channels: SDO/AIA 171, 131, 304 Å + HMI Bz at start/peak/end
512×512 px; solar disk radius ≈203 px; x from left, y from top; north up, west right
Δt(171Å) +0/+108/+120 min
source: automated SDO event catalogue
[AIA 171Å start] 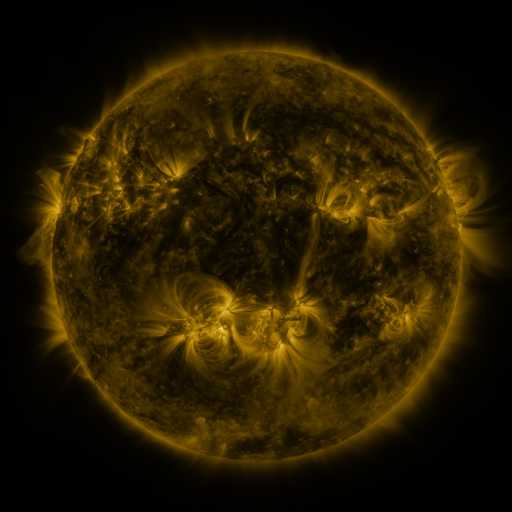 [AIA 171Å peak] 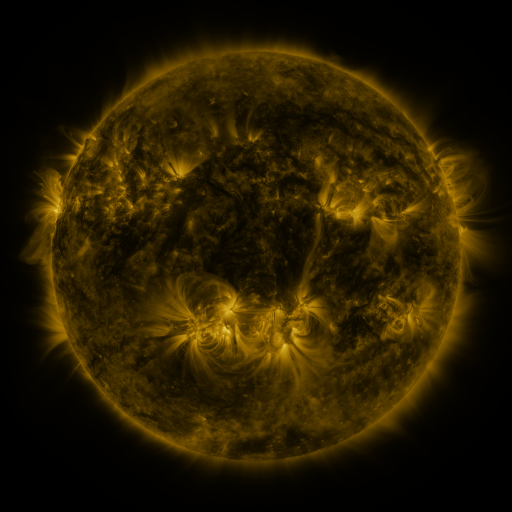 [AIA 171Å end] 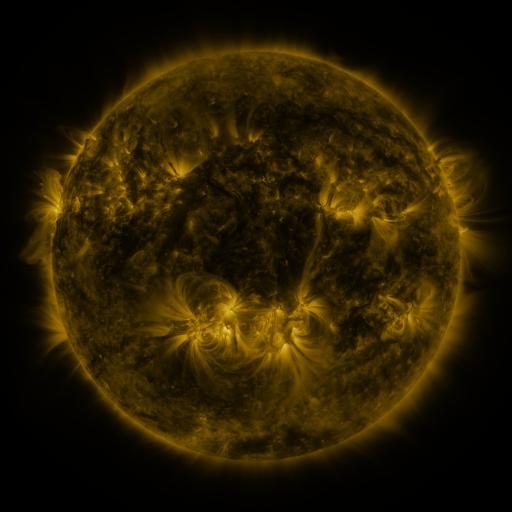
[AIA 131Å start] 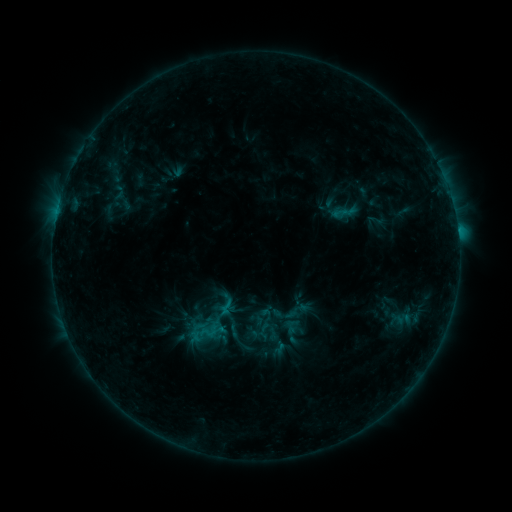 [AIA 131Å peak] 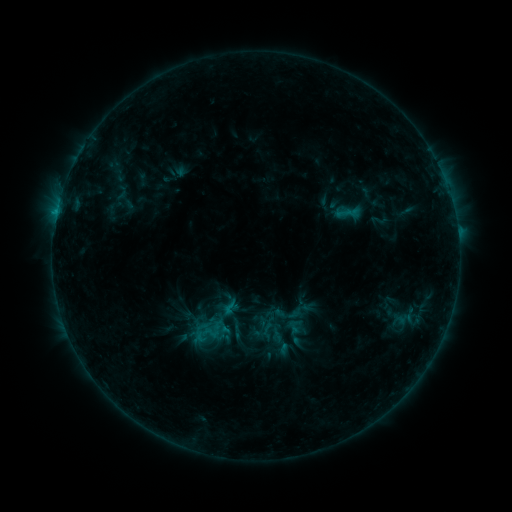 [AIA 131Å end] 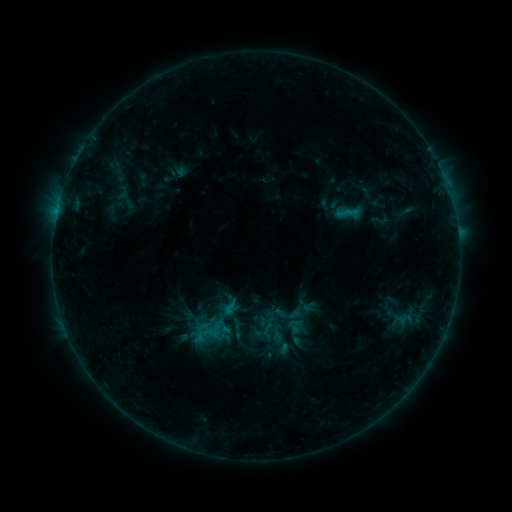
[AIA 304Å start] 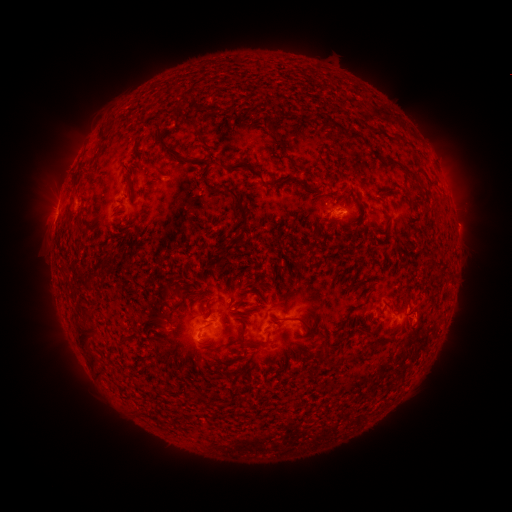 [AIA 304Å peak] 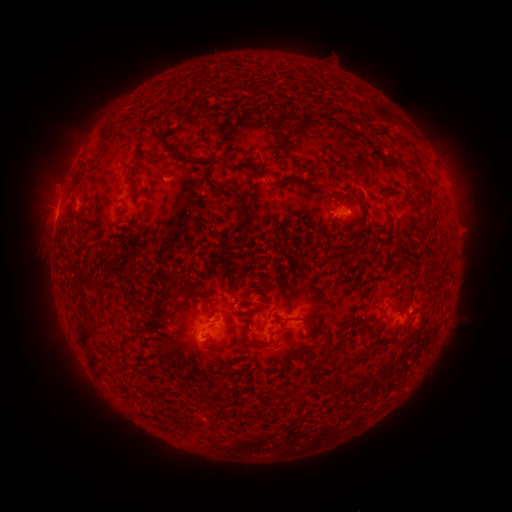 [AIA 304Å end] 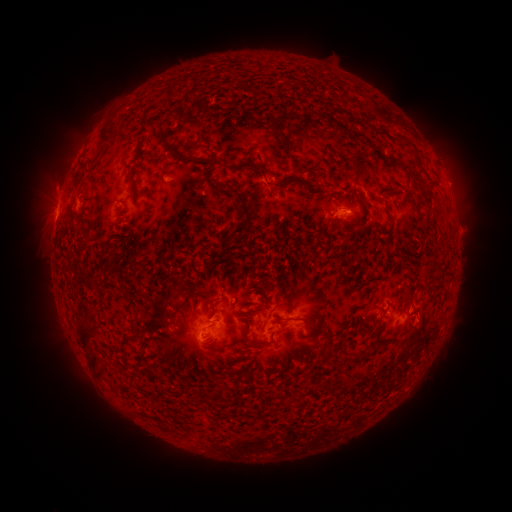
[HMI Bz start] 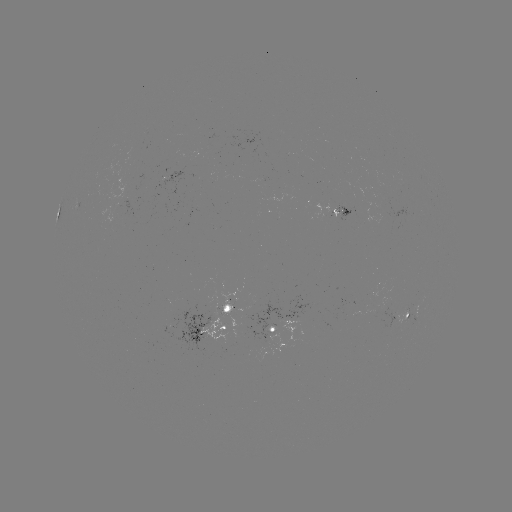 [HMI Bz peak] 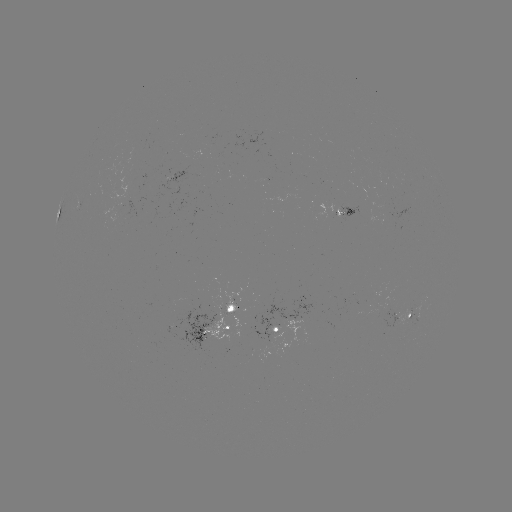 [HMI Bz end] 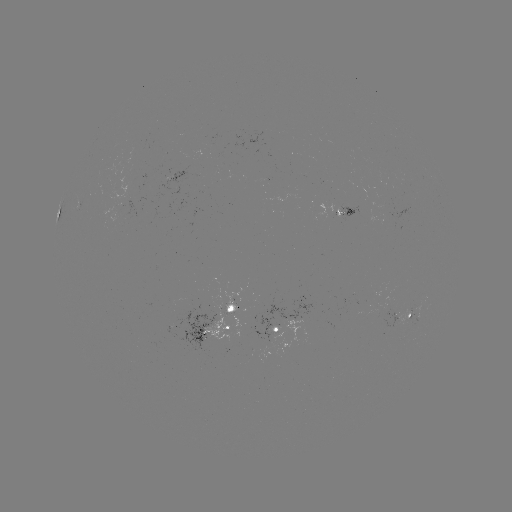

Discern emerging-flux region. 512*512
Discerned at [233, 308].